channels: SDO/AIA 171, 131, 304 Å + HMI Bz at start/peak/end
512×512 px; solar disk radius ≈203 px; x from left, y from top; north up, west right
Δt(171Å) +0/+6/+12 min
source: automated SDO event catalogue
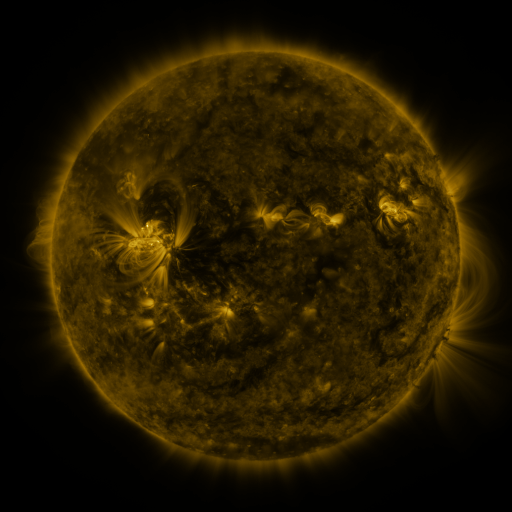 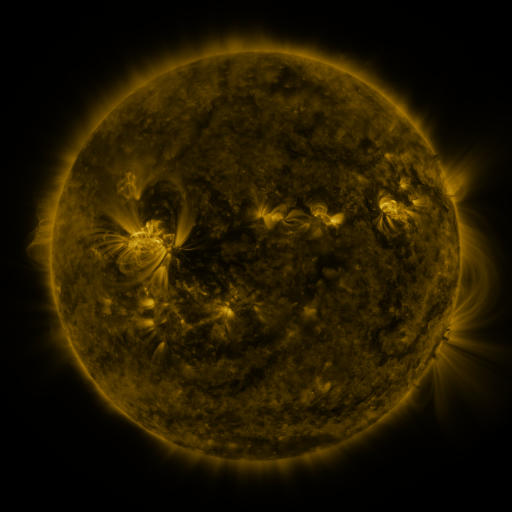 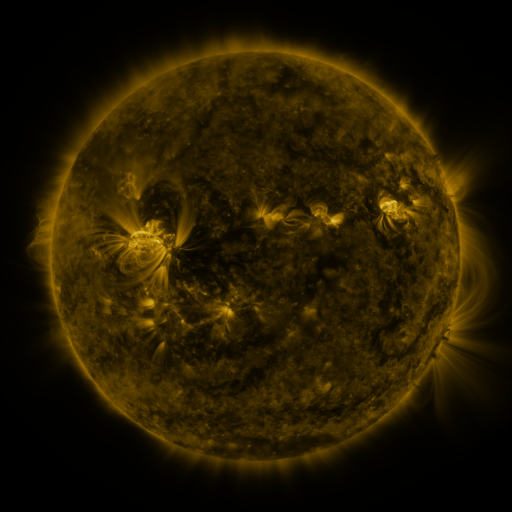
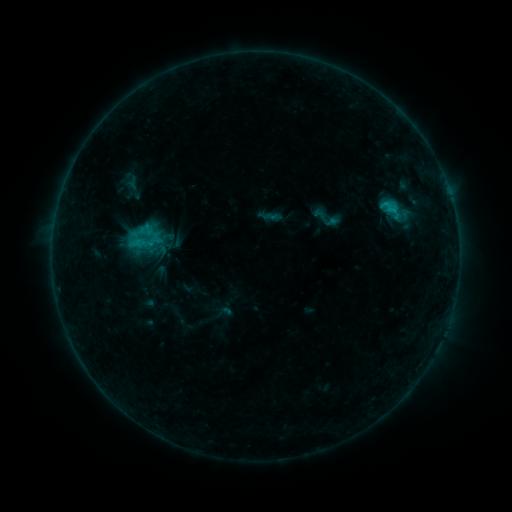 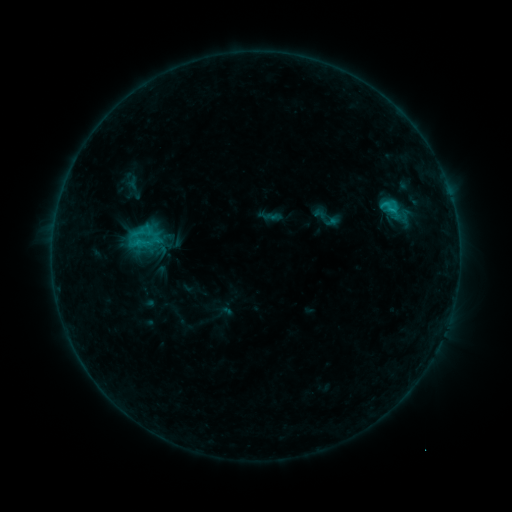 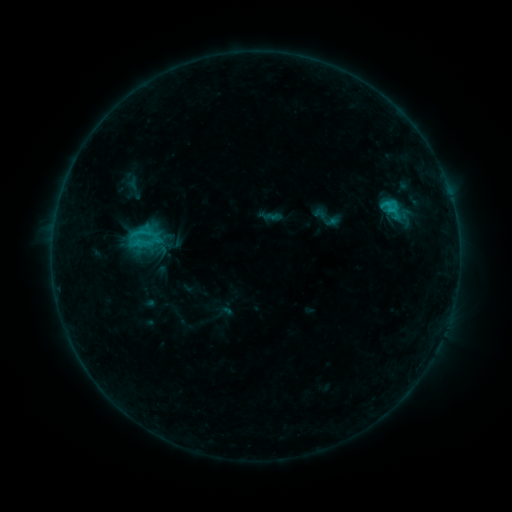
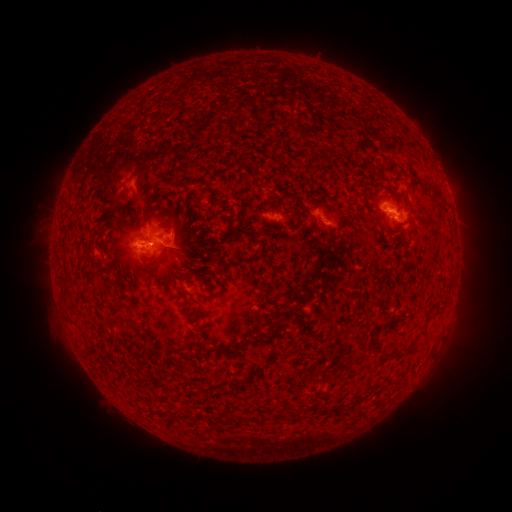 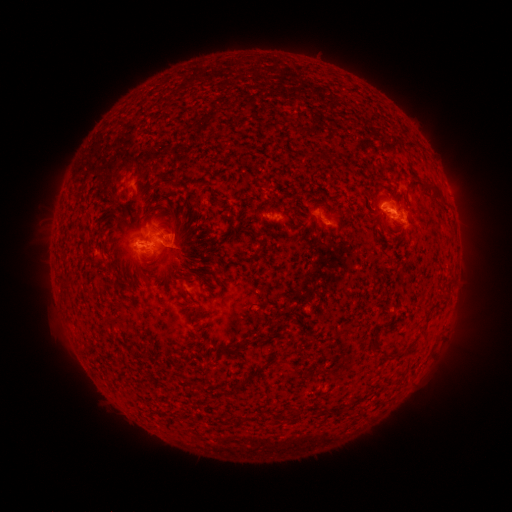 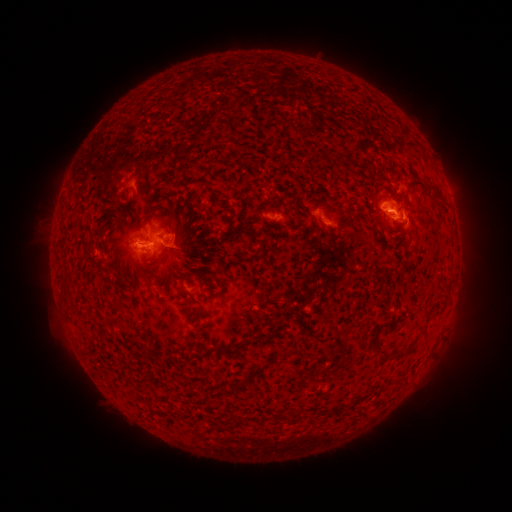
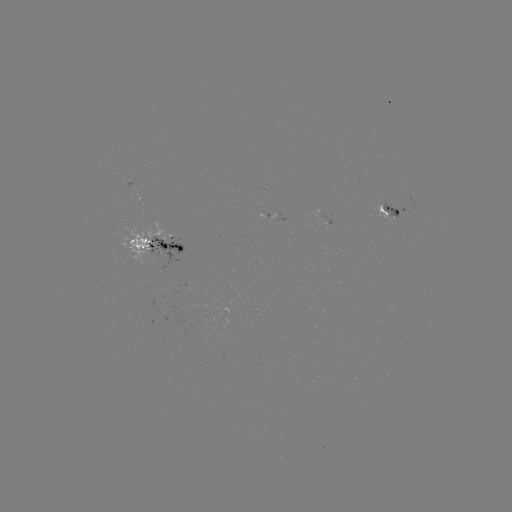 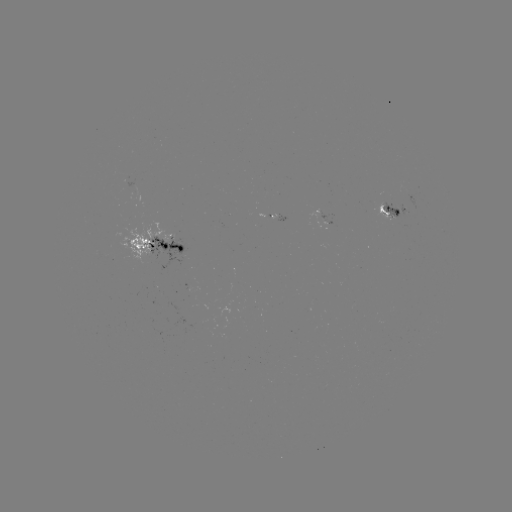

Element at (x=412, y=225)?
eruption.